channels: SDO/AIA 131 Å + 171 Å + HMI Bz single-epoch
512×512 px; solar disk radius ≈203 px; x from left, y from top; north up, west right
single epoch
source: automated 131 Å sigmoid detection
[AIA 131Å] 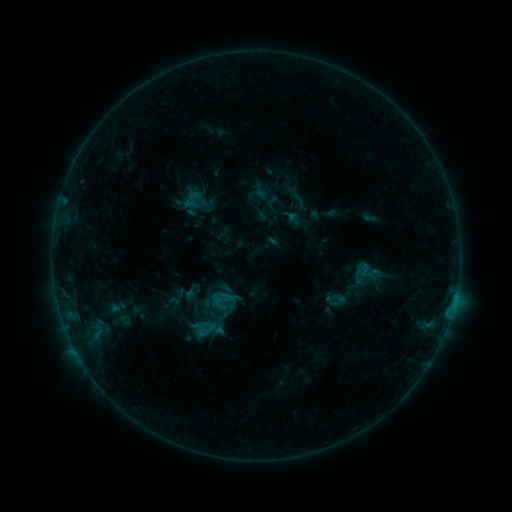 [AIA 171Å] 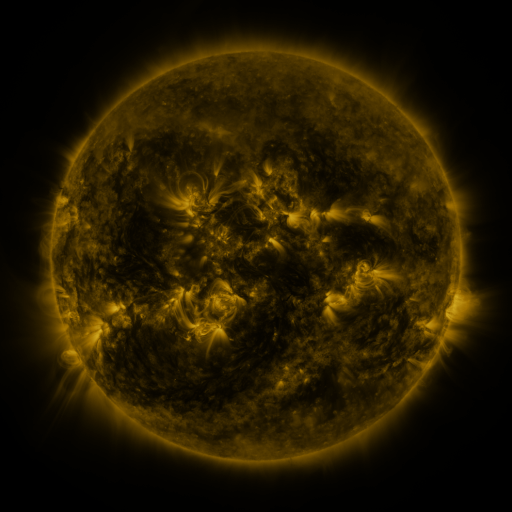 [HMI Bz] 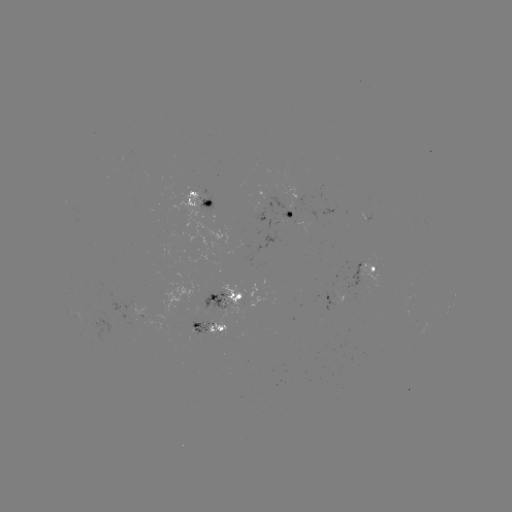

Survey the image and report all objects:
sigmoid: <bbox>286, 213, 303, 228</bbox>
sigmoid: <bbox>217, 287, 237, 306</bbox>
